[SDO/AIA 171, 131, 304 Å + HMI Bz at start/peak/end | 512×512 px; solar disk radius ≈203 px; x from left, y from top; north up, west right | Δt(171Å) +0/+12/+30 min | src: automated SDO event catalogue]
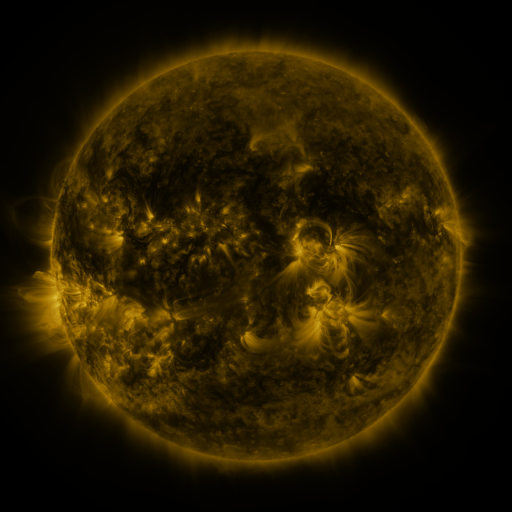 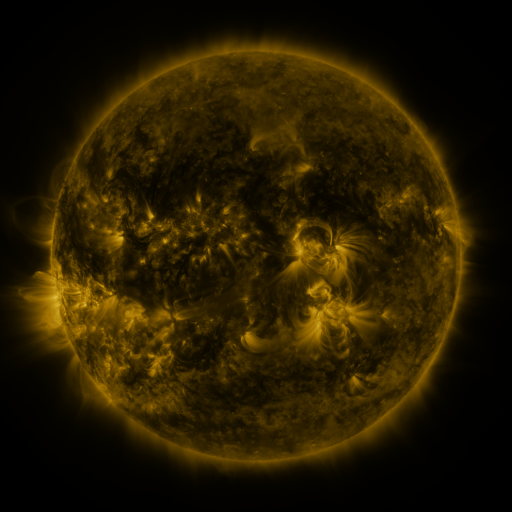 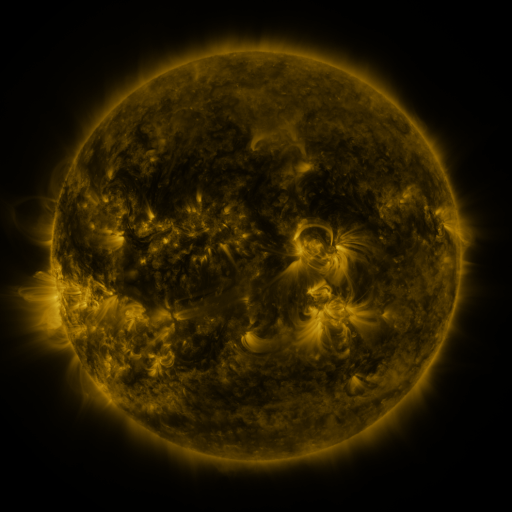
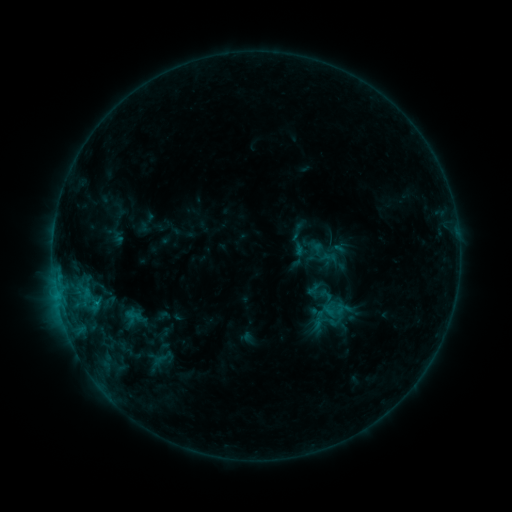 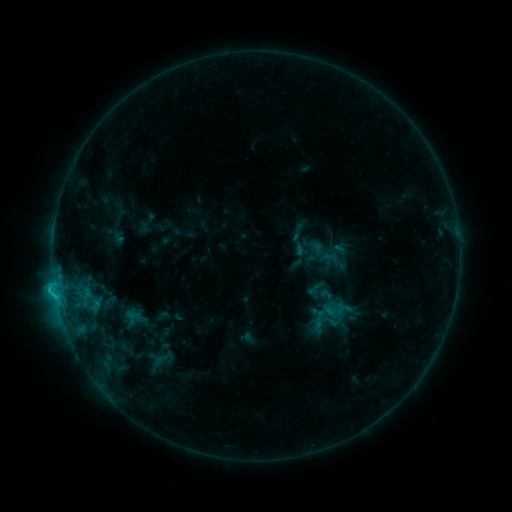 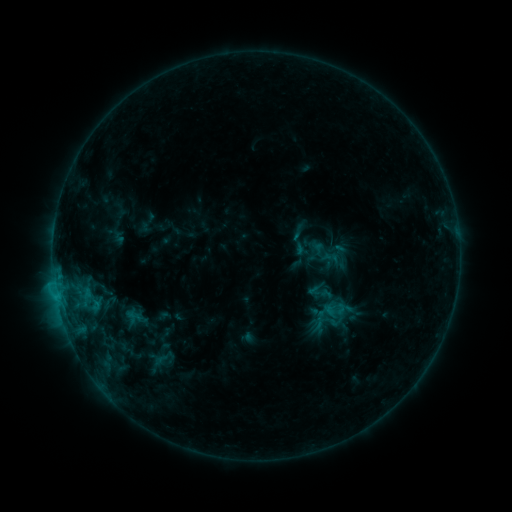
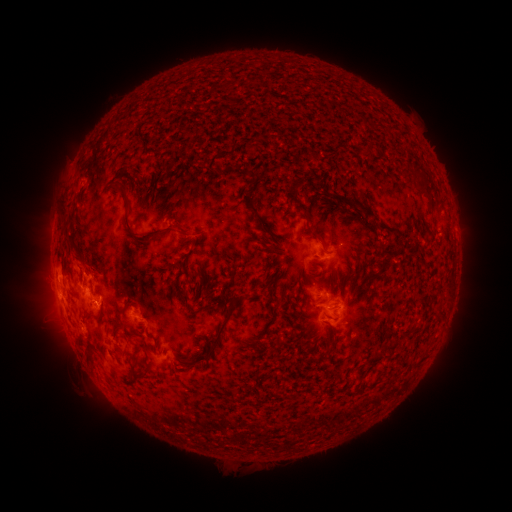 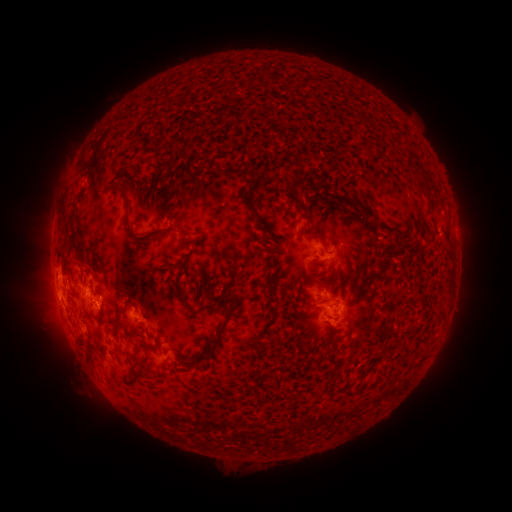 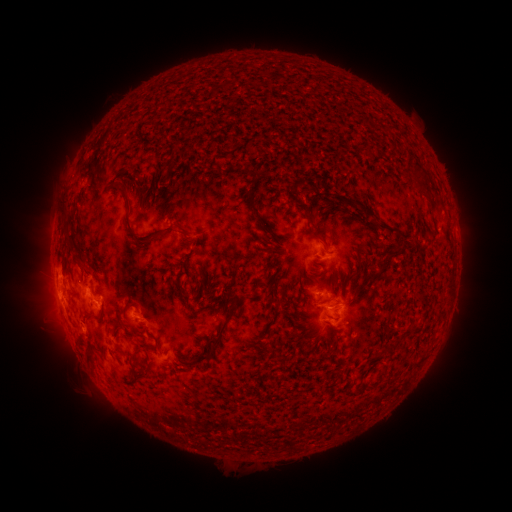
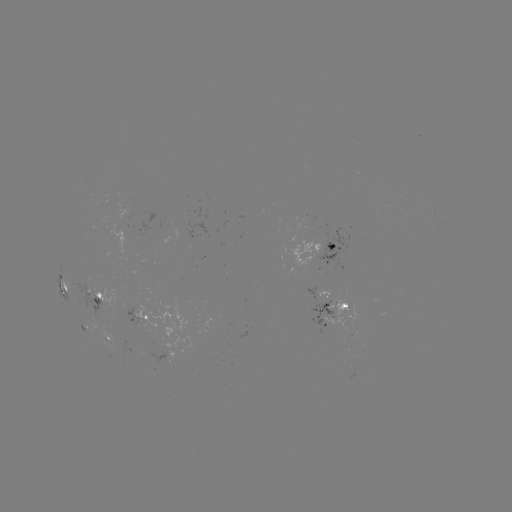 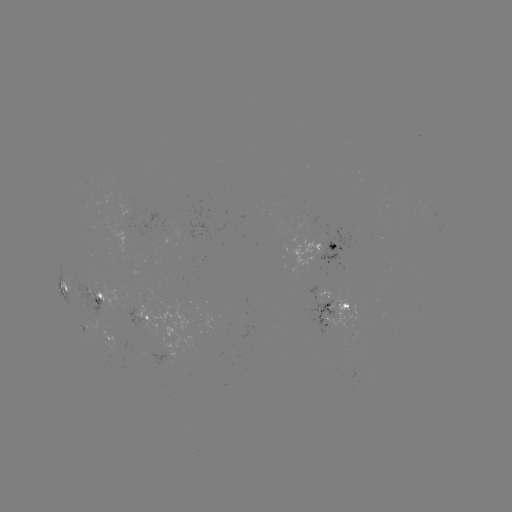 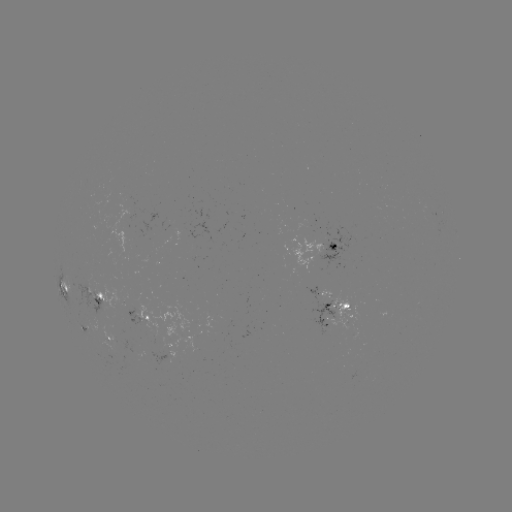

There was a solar flare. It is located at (55, 288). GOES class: C1.6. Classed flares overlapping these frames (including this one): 1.